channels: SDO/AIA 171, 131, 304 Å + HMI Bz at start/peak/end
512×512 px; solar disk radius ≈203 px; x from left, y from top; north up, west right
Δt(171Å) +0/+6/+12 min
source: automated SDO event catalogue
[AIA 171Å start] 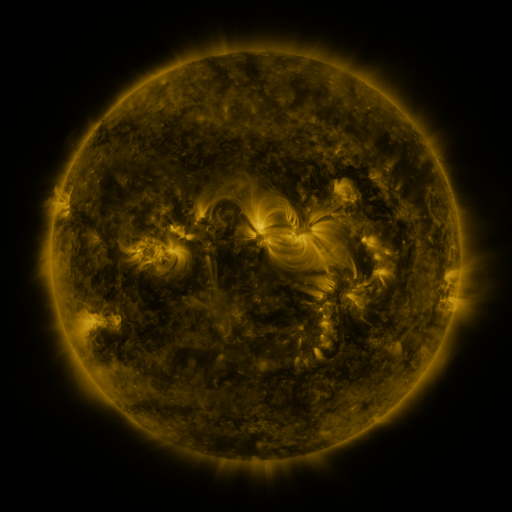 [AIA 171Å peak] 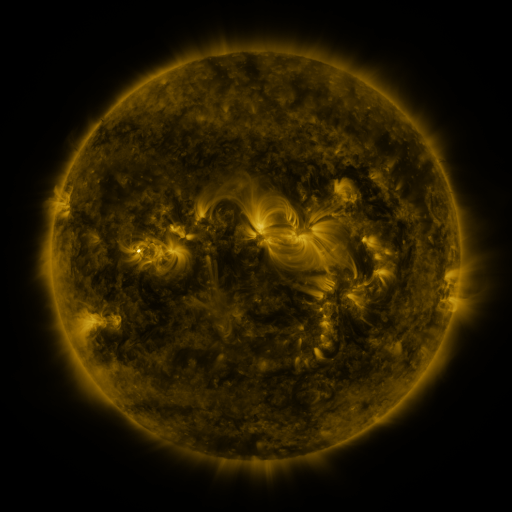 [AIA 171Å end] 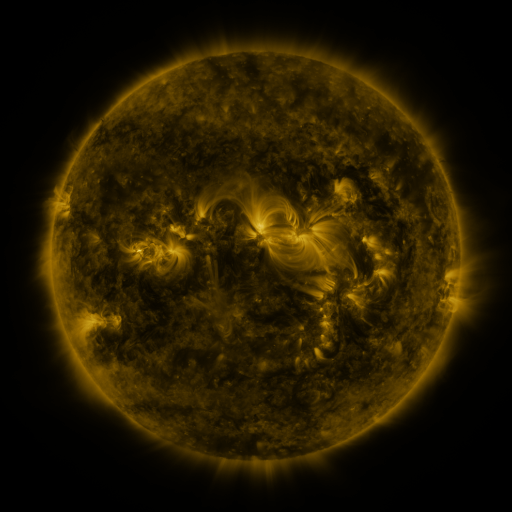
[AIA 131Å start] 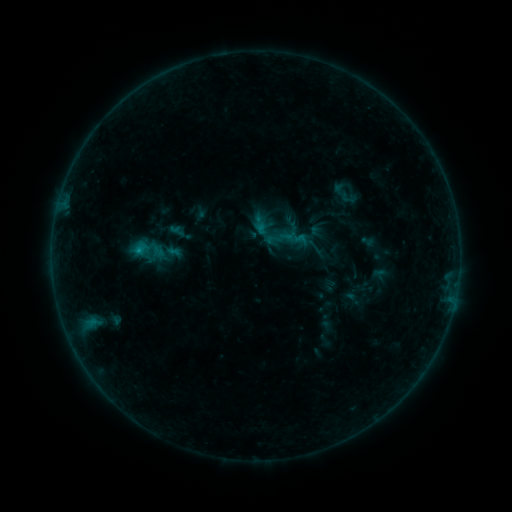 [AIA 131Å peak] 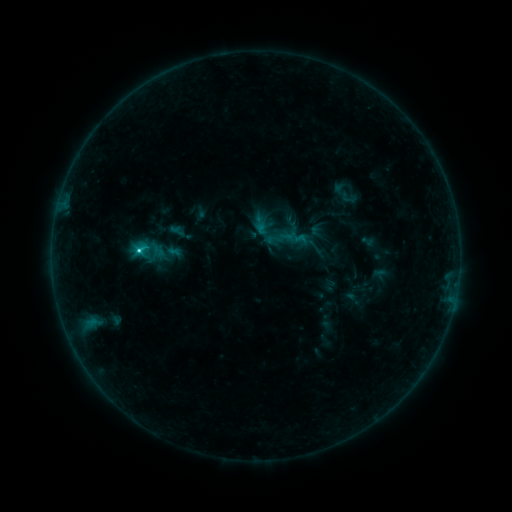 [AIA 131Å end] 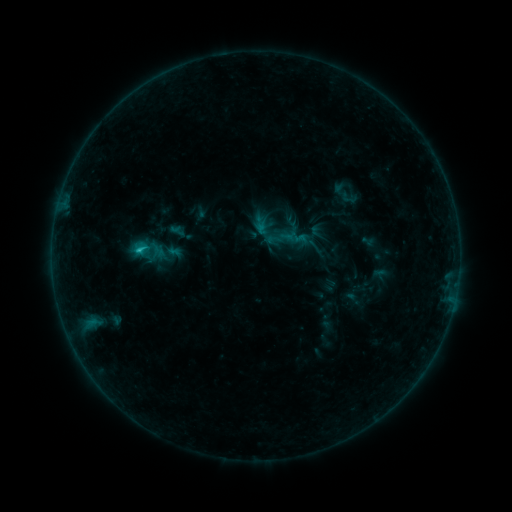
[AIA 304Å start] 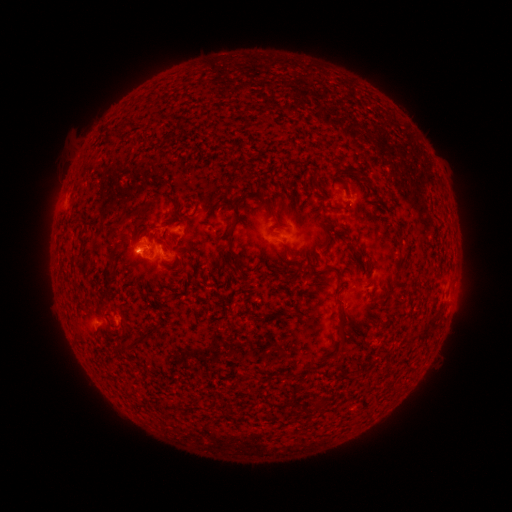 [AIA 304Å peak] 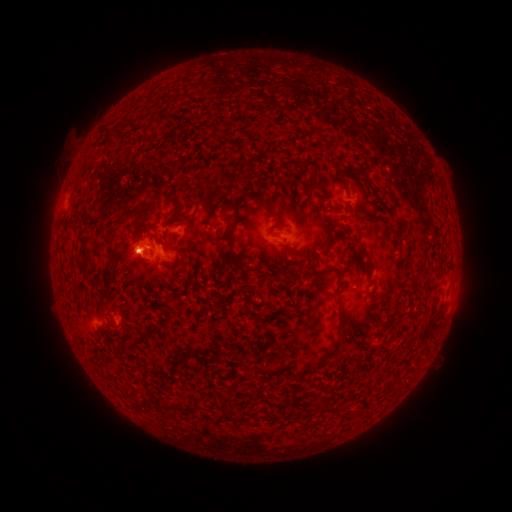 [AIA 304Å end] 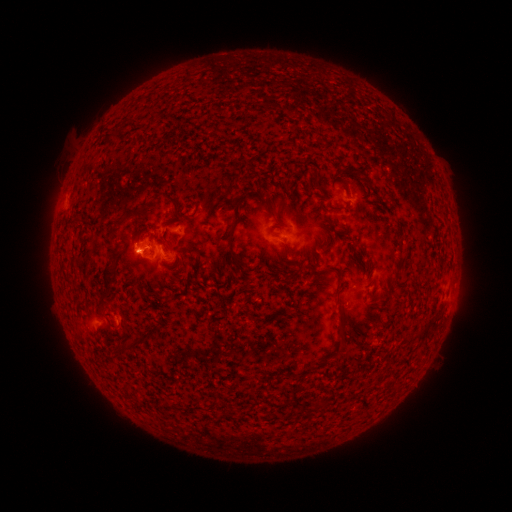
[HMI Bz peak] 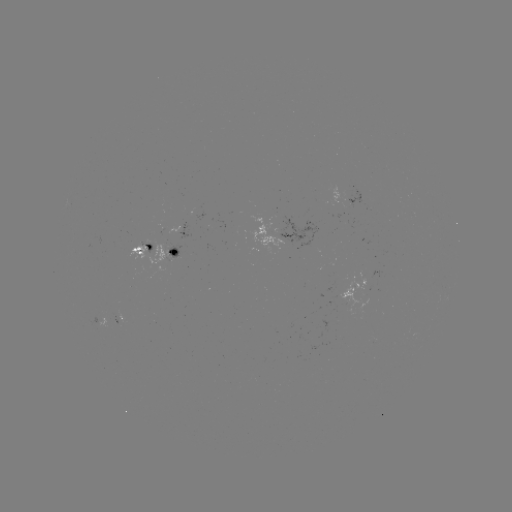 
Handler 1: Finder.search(C2.0 flare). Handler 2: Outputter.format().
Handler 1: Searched C2.0 flare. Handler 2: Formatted [139, 254].